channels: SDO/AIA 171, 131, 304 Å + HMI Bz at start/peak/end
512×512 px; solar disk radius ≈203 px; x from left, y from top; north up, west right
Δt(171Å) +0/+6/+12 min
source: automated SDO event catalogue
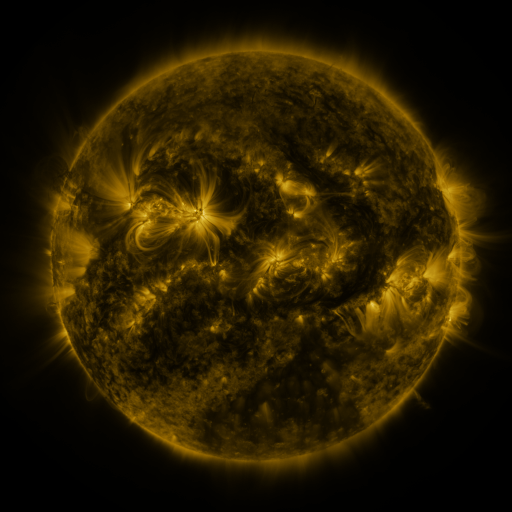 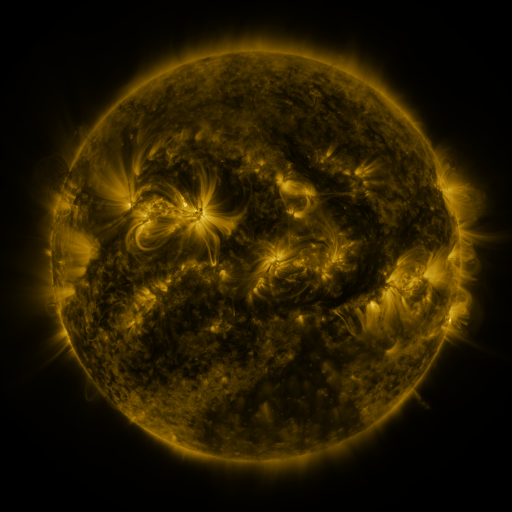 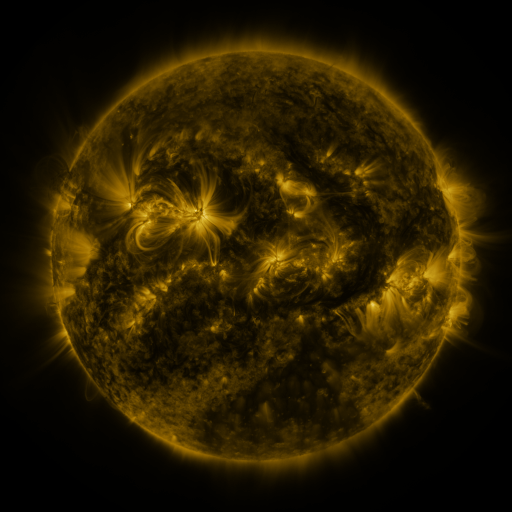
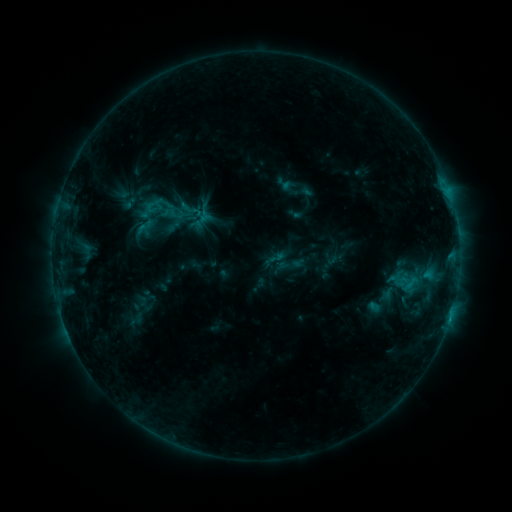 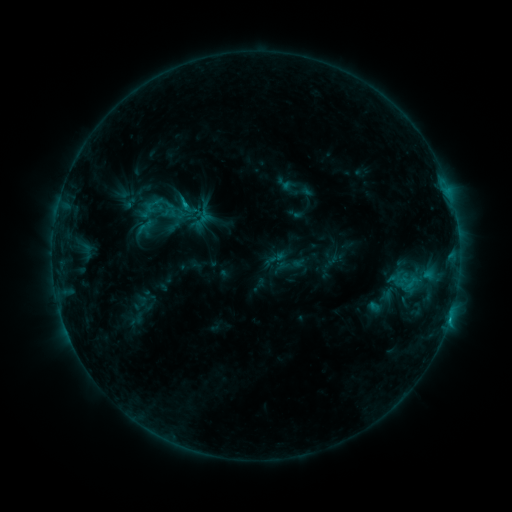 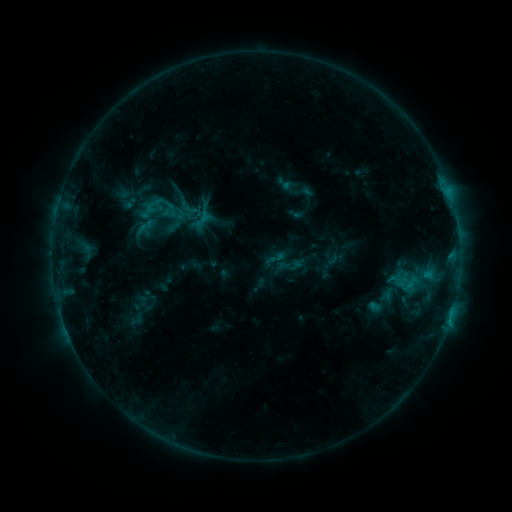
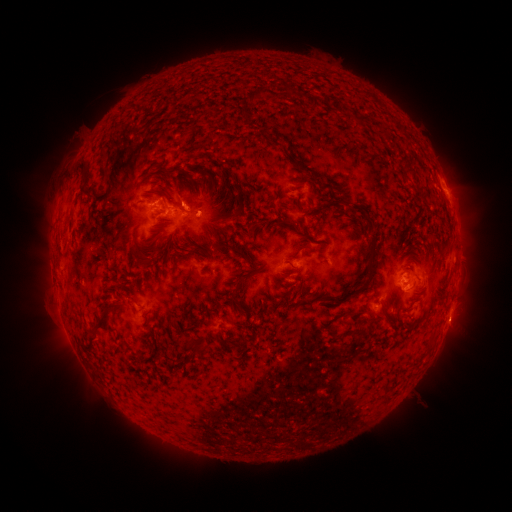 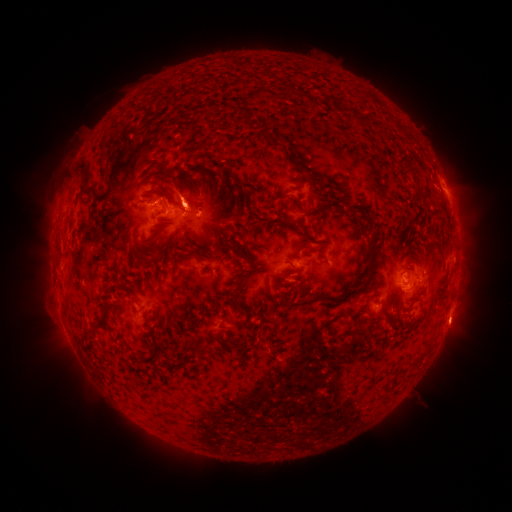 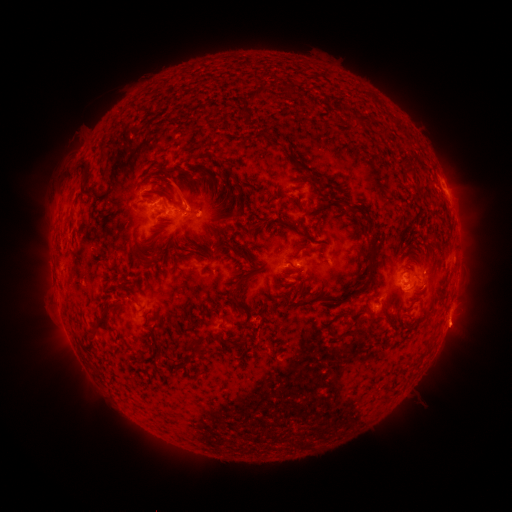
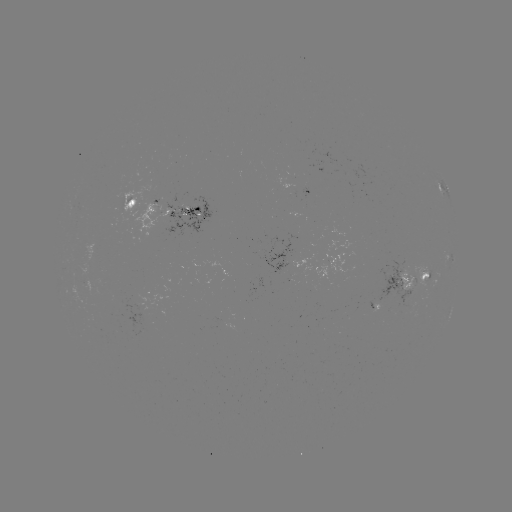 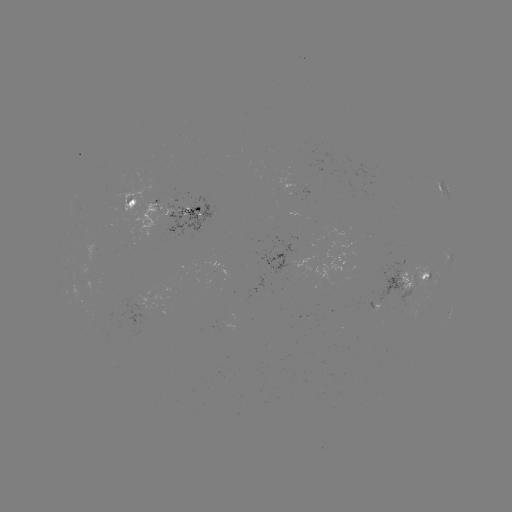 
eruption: <bbox>432, 300, 475, 351</bbox>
